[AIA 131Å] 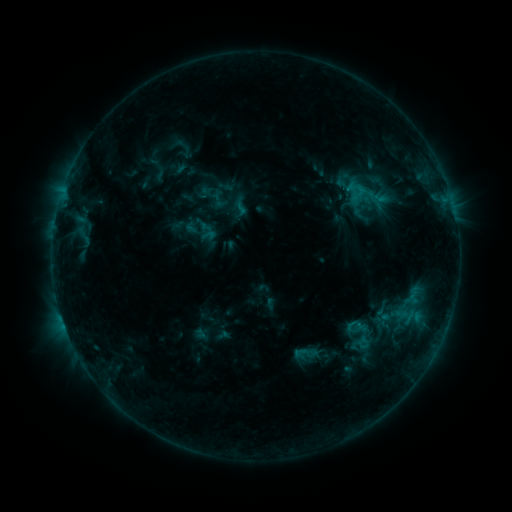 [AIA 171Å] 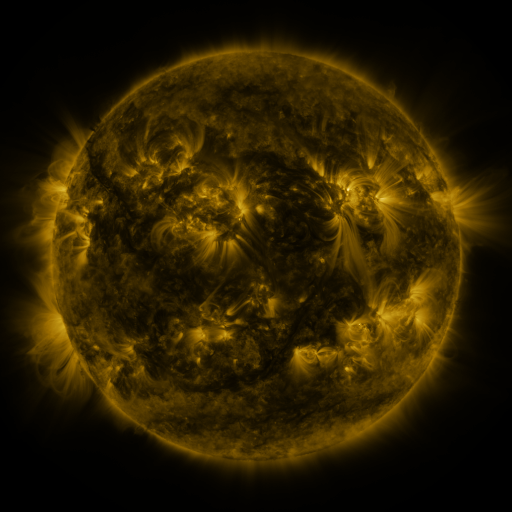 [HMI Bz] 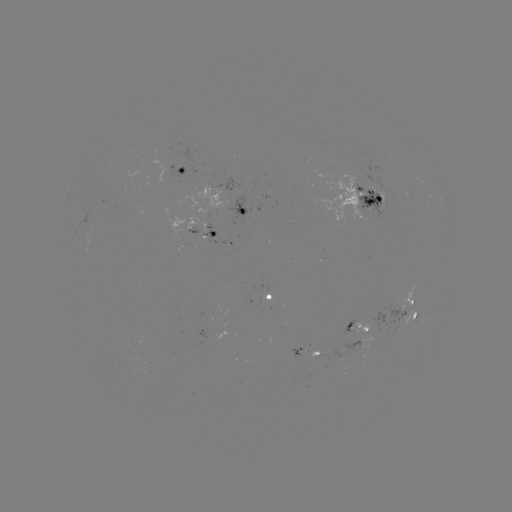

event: sigmoid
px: (219, 200)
